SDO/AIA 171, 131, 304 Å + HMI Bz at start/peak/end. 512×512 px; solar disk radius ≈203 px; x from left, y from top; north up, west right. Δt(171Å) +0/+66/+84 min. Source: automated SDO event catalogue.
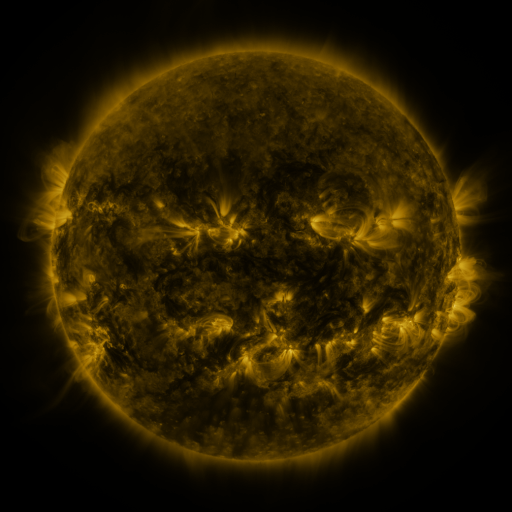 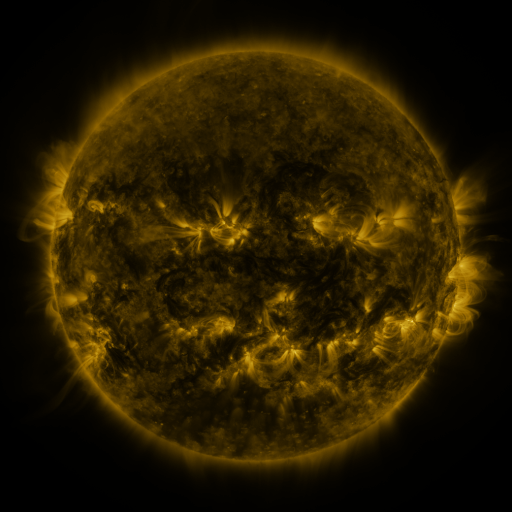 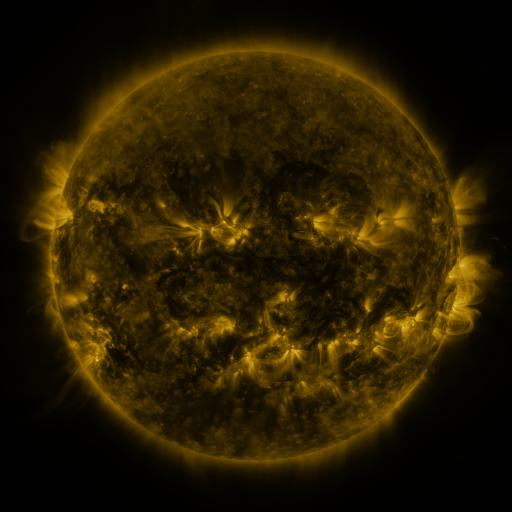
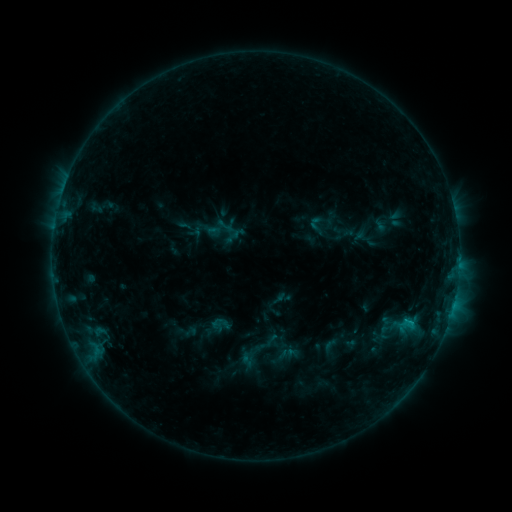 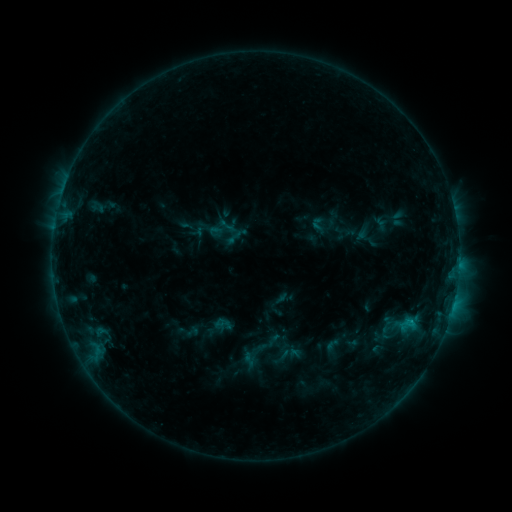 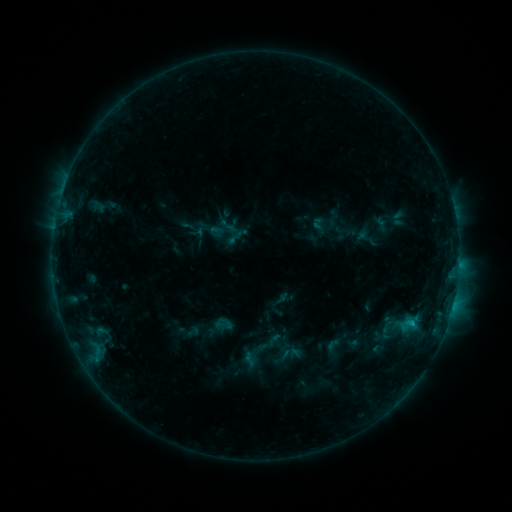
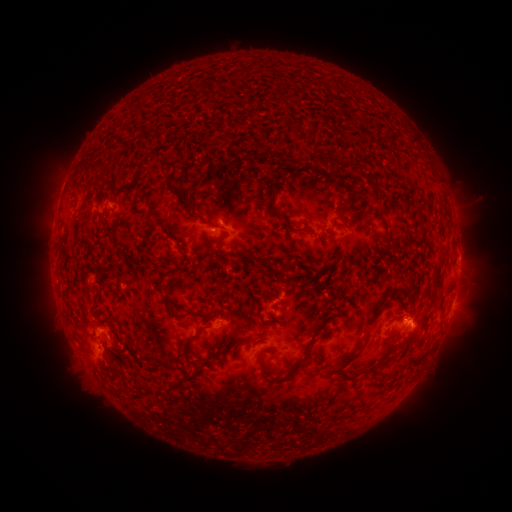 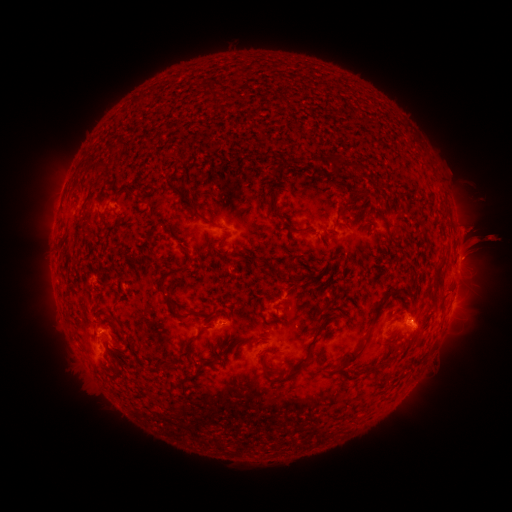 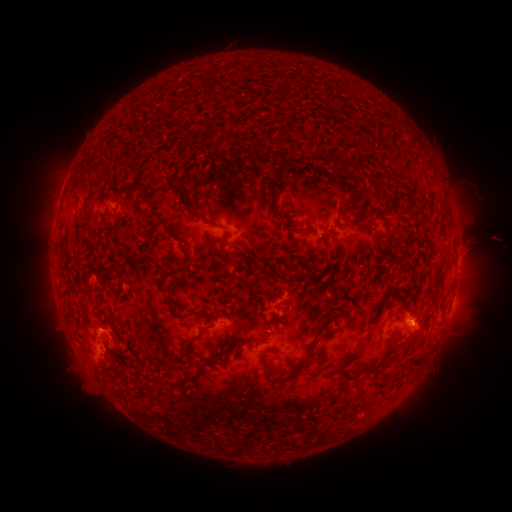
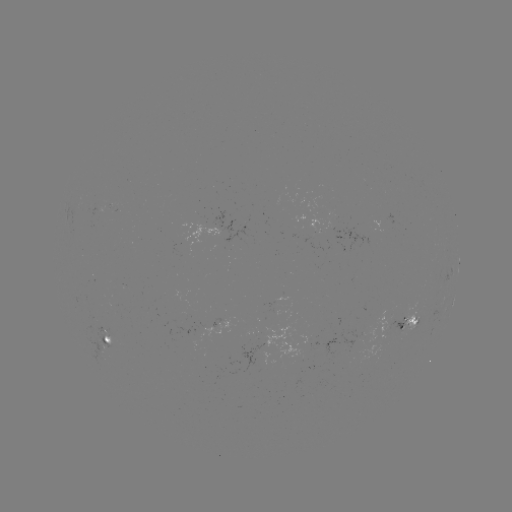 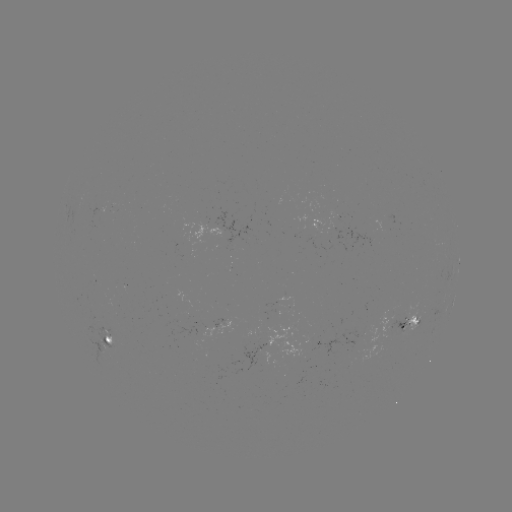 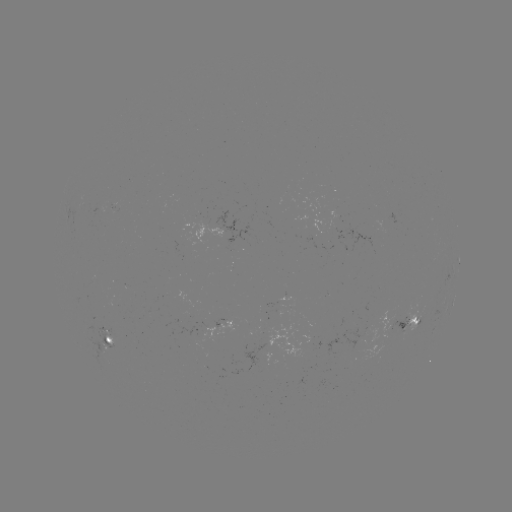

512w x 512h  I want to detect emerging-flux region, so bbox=[387, 317, 408, 333].